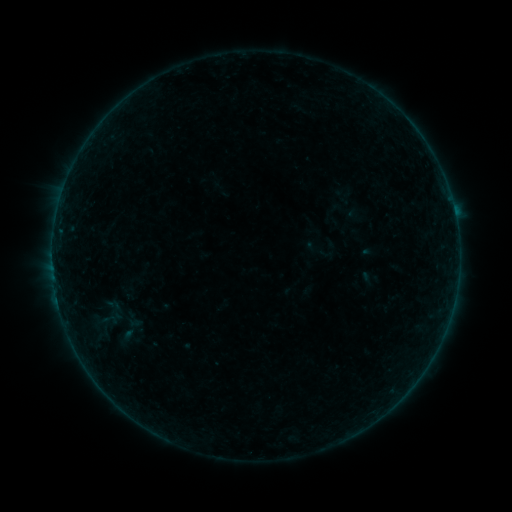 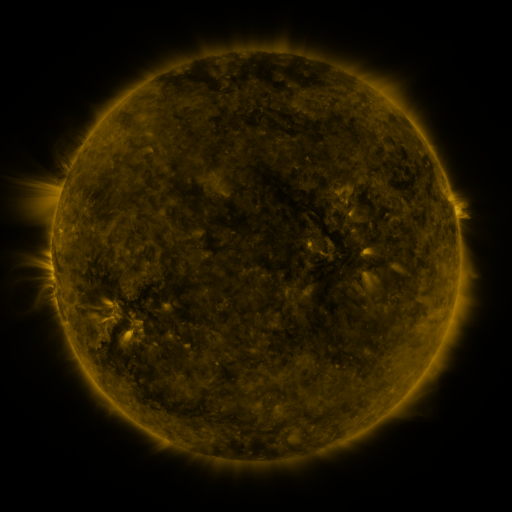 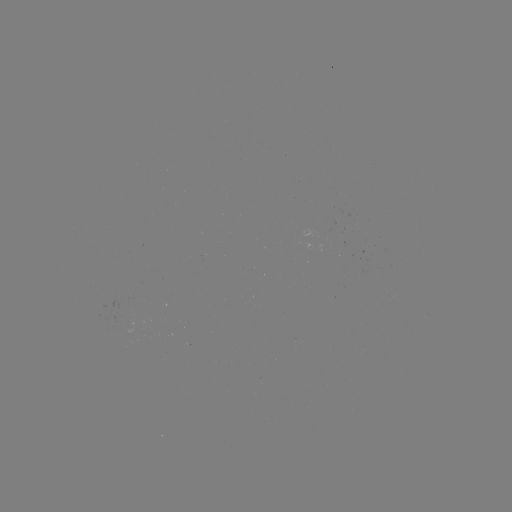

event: sigmoid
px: (109, 320)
